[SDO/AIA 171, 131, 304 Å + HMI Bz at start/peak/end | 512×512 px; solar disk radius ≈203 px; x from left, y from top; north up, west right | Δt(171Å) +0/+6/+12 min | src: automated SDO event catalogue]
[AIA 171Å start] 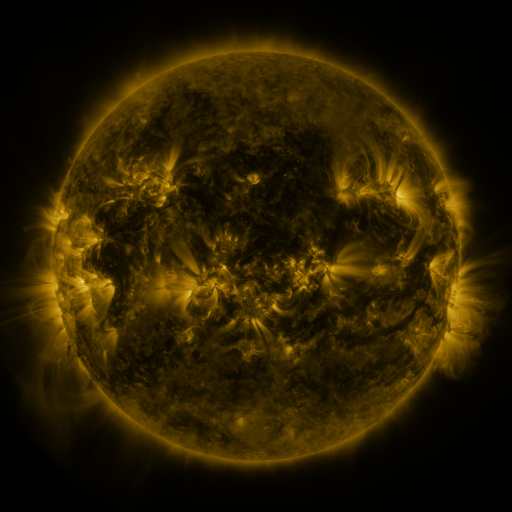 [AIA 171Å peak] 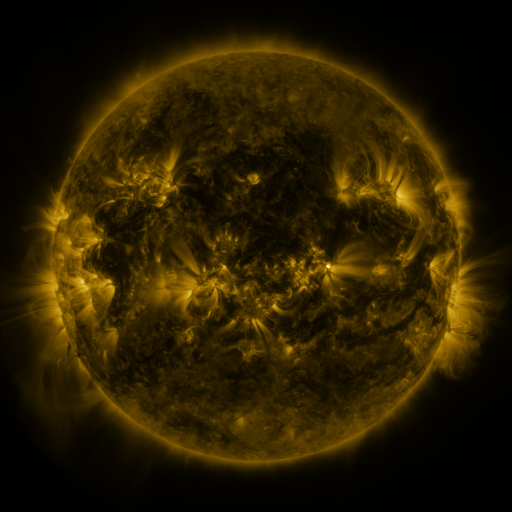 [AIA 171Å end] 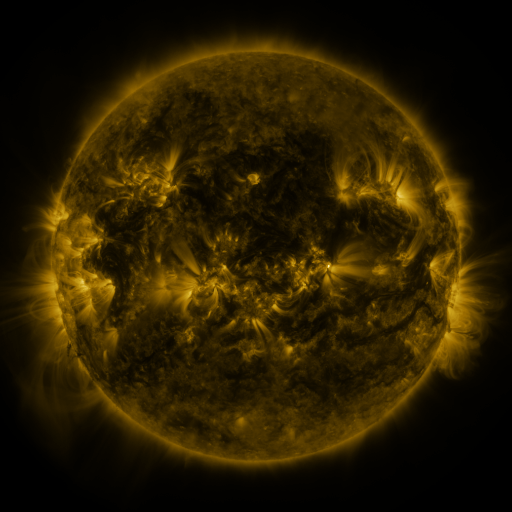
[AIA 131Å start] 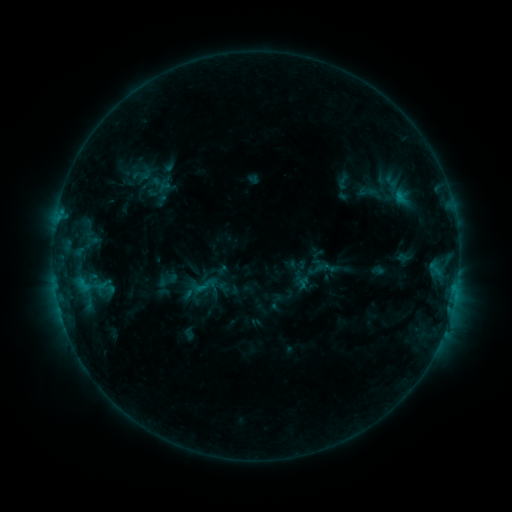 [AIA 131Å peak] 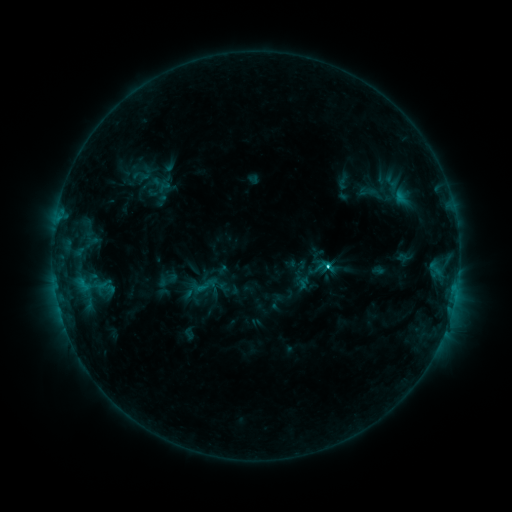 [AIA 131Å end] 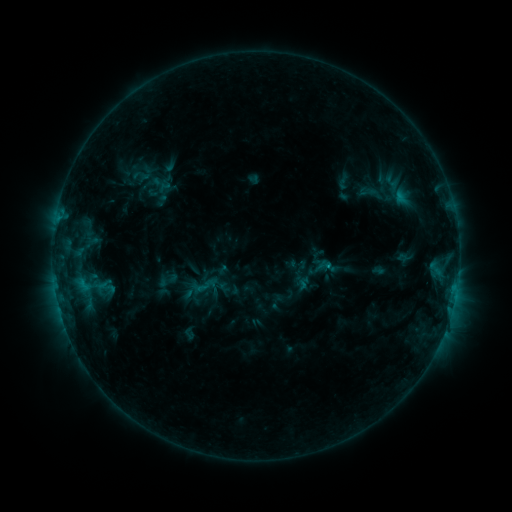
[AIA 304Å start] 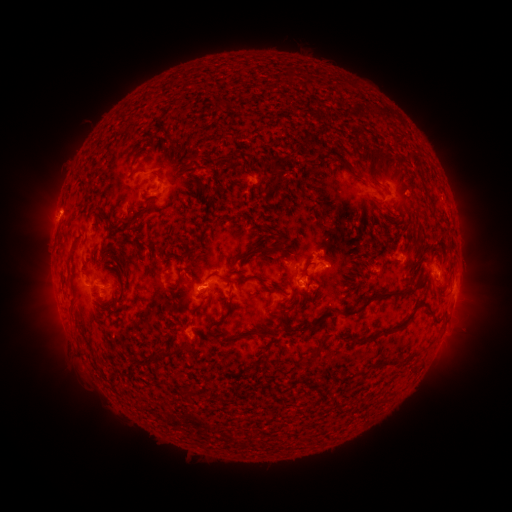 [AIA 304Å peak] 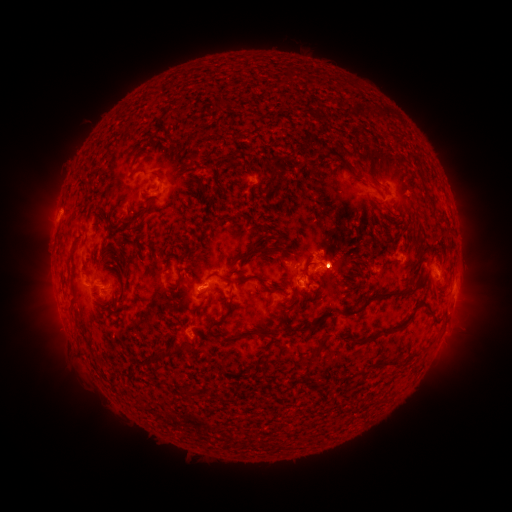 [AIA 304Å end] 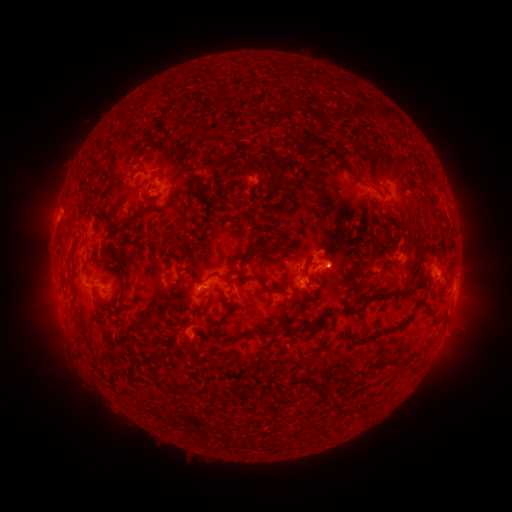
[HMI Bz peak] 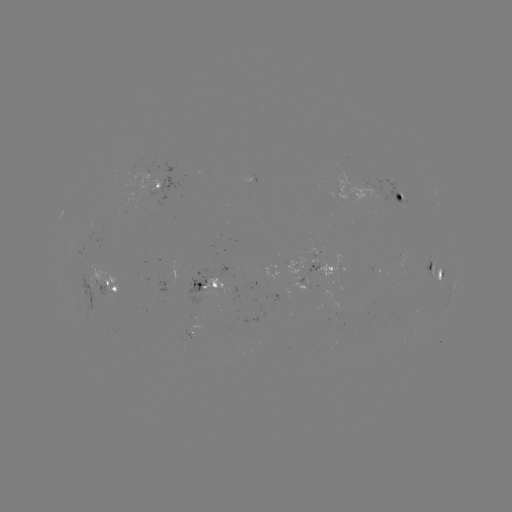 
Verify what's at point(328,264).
C1.5 flare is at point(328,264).